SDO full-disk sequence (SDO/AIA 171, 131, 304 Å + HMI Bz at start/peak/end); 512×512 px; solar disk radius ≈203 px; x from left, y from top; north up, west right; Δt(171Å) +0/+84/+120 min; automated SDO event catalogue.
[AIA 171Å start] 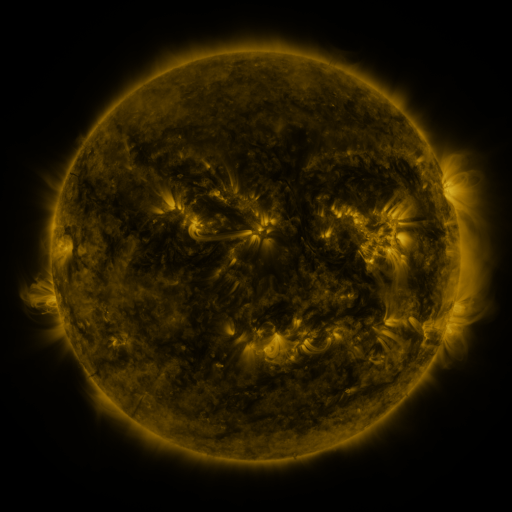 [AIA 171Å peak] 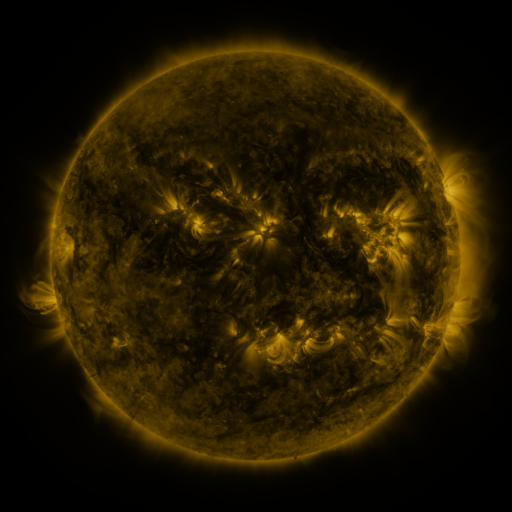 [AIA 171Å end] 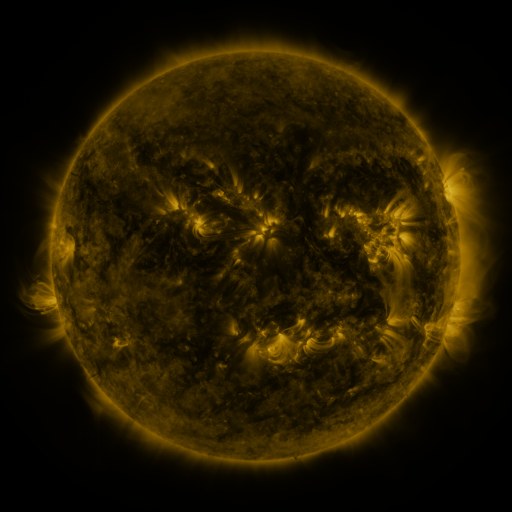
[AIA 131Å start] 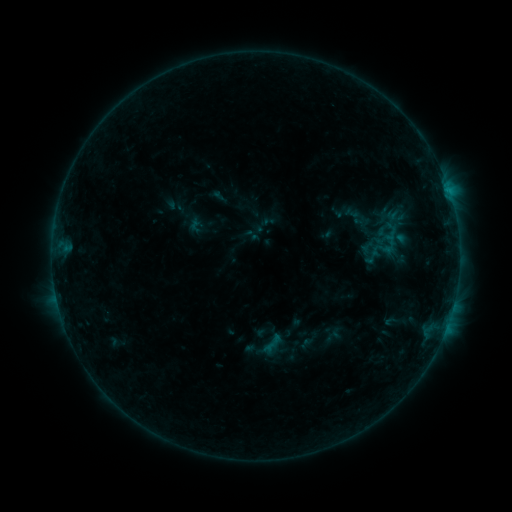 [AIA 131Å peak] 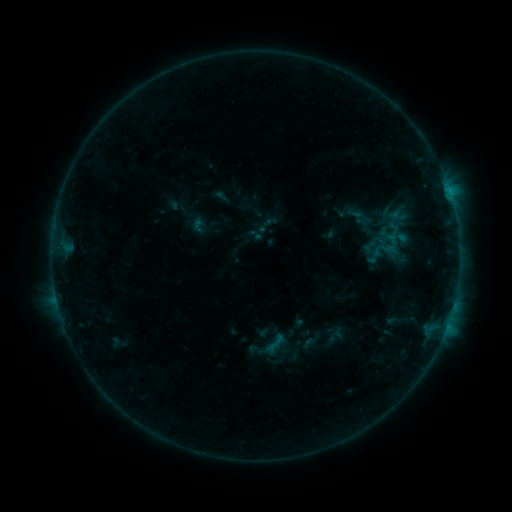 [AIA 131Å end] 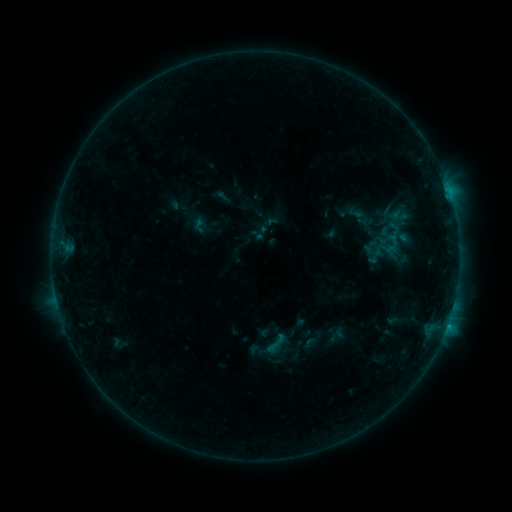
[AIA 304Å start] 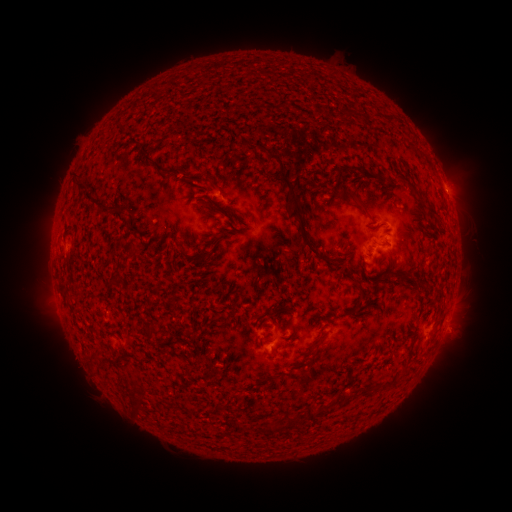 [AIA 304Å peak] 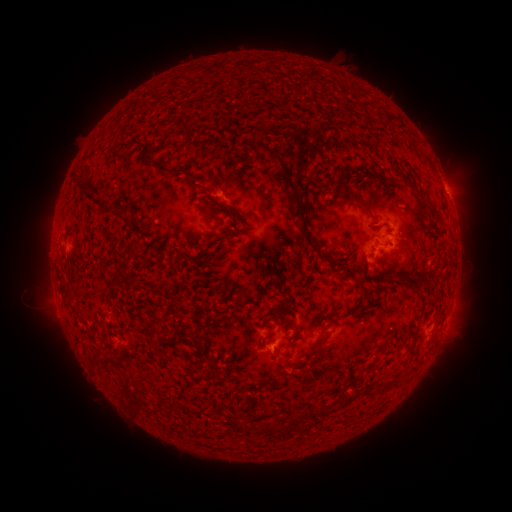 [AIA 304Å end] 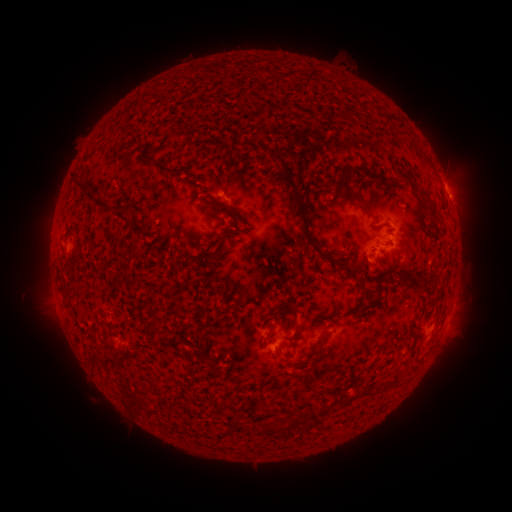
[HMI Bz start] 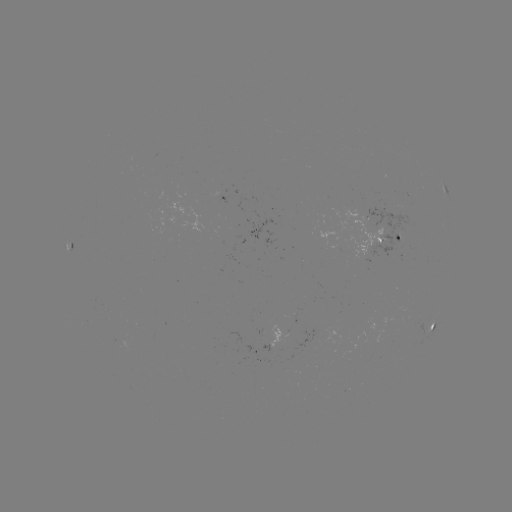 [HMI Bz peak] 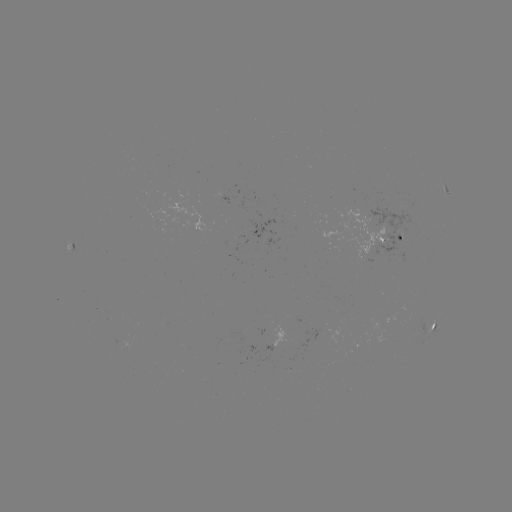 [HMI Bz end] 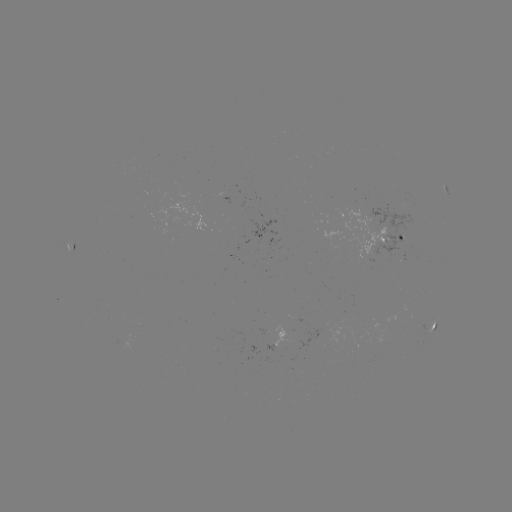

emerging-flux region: <bbox>118, 338, 132, 351</bbox>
